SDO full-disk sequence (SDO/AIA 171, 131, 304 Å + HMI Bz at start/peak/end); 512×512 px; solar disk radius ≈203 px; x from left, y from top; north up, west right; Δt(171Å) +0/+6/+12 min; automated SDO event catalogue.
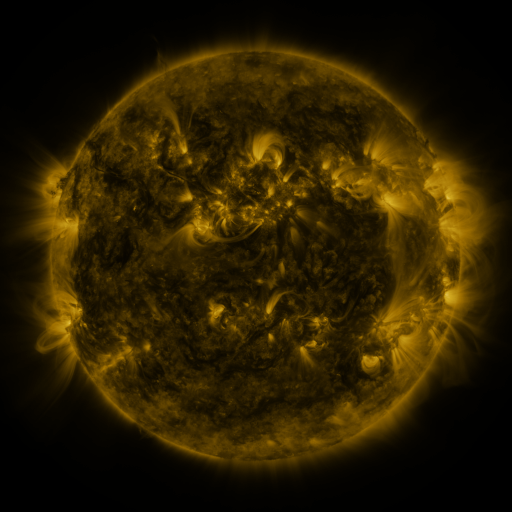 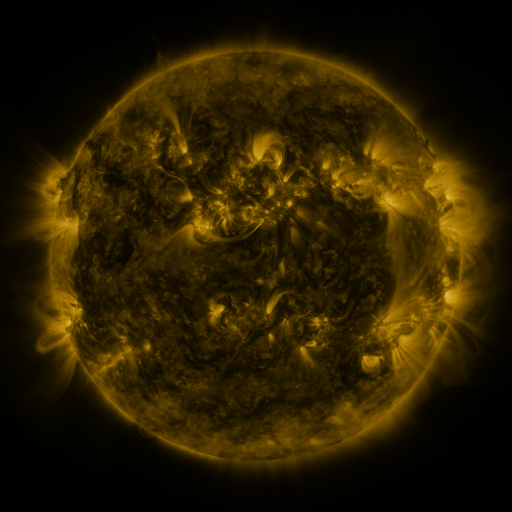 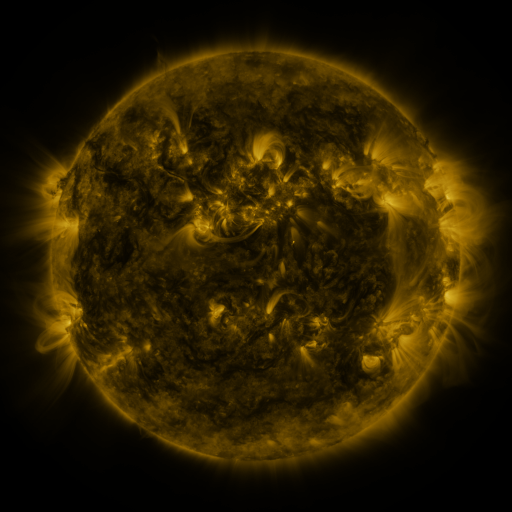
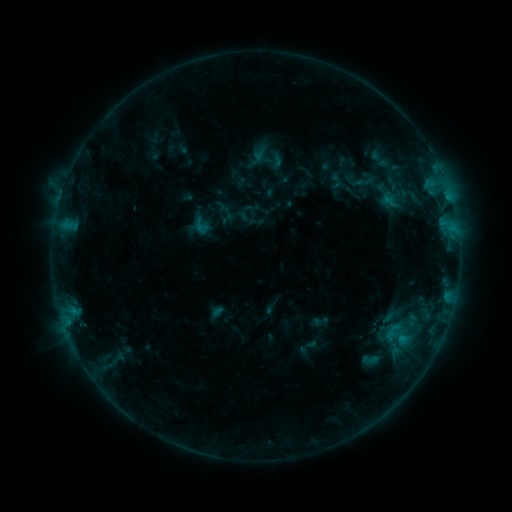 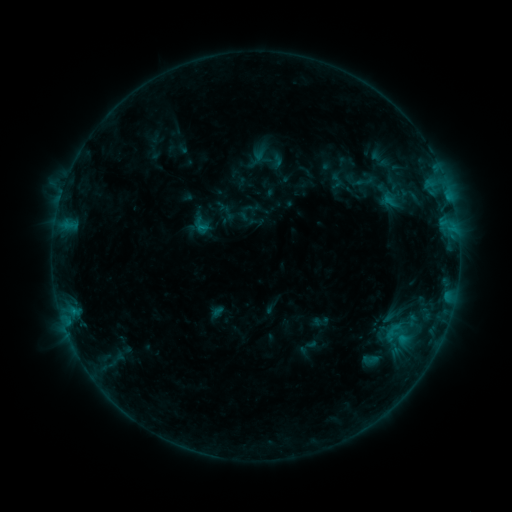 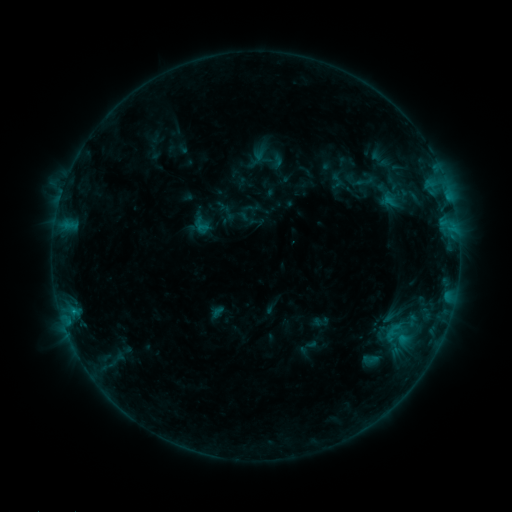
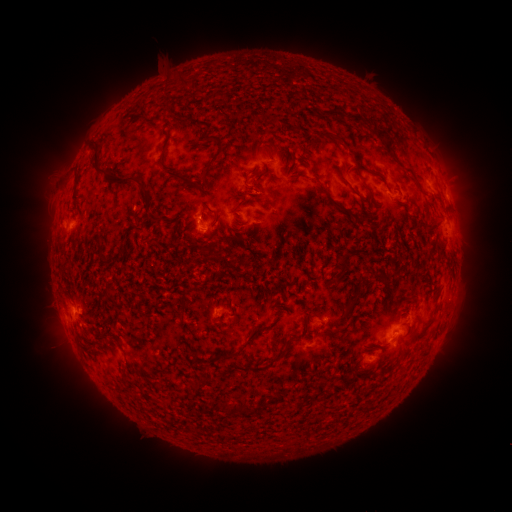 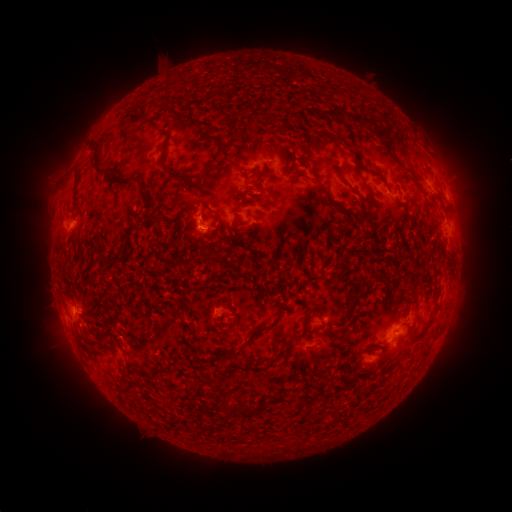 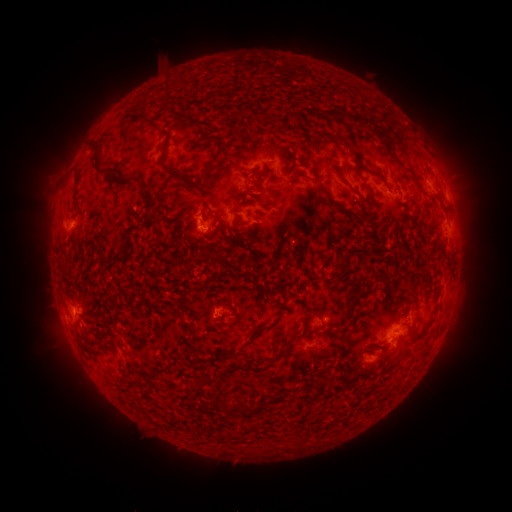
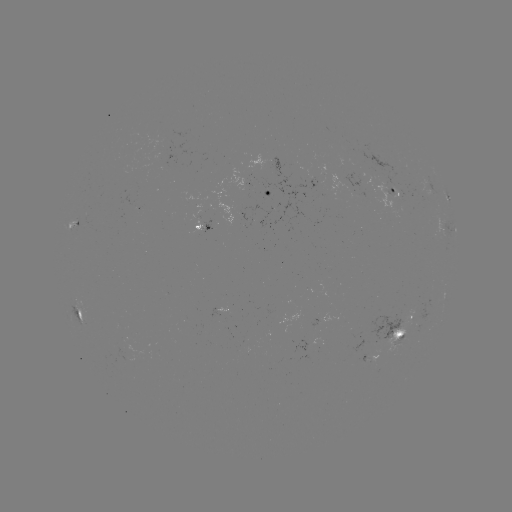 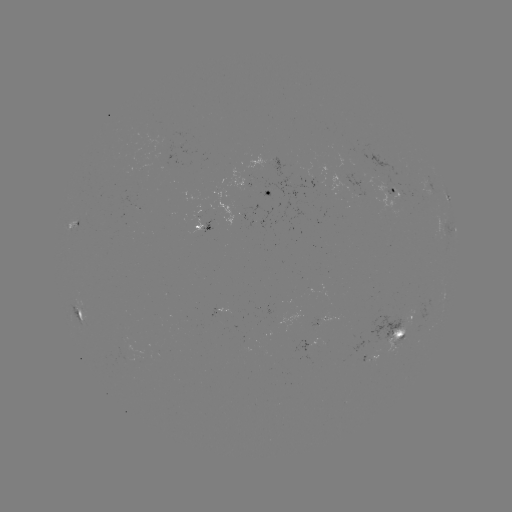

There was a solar flare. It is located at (203, 230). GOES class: B5.8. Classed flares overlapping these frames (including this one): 1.